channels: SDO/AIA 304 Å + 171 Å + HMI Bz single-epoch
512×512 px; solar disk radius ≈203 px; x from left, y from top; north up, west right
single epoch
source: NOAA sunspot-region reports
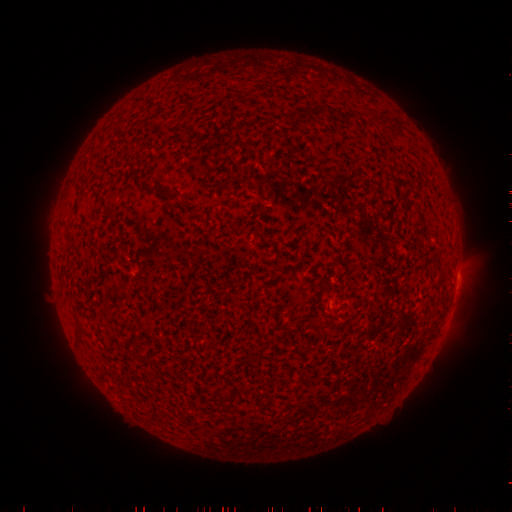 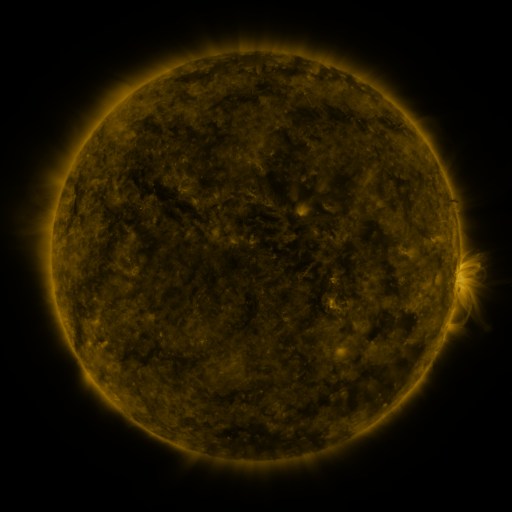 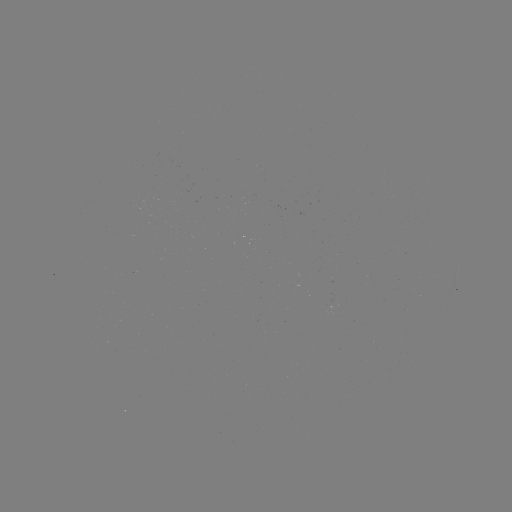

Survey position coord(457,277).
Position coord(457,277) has spotted active region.